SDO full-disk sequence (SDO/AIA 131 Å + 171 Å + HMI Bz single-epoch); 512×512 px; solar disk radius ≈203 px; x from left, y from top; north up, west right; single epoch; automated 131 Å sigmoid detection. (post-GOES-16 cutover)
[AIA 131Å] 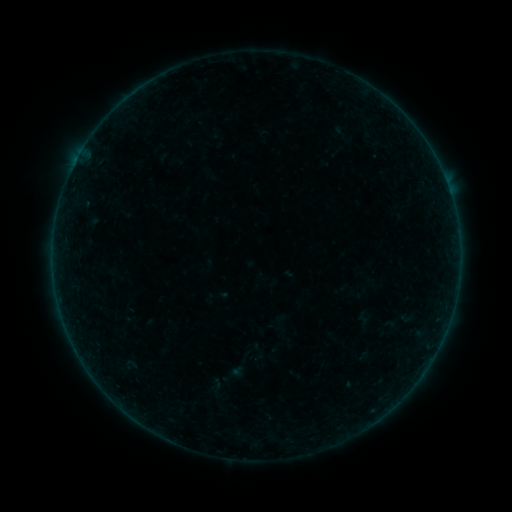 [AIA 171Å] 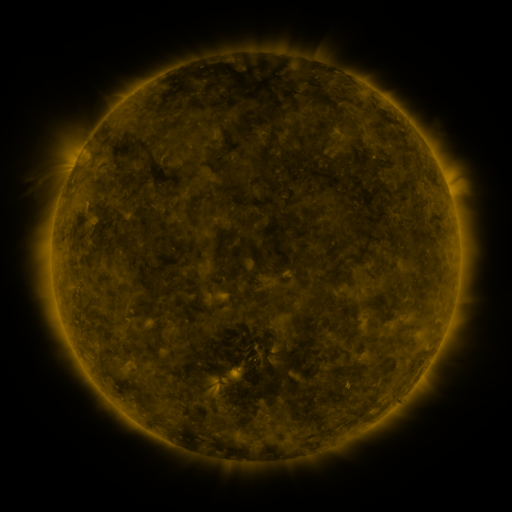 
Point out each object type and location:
sigmoid: <bbox>216, 337, 267, 385</bbox>
